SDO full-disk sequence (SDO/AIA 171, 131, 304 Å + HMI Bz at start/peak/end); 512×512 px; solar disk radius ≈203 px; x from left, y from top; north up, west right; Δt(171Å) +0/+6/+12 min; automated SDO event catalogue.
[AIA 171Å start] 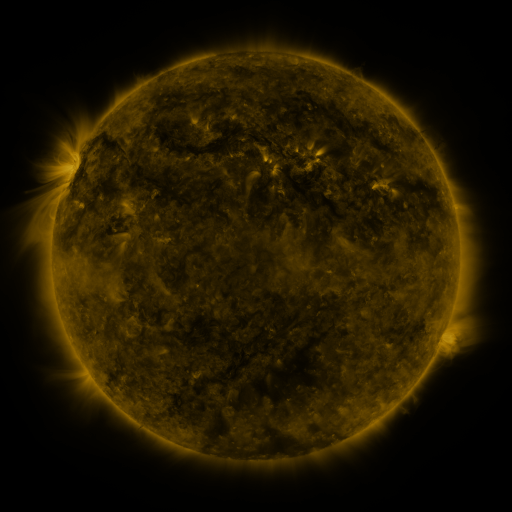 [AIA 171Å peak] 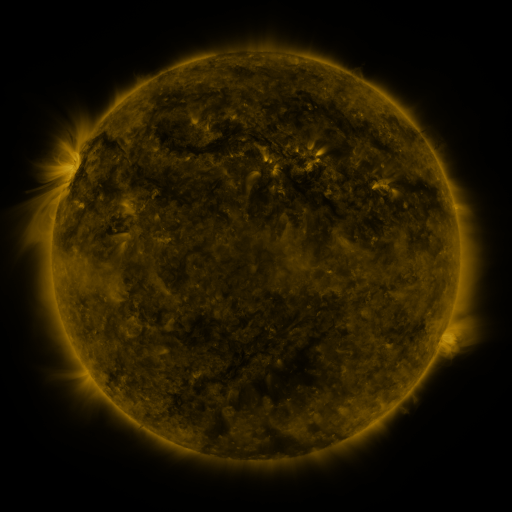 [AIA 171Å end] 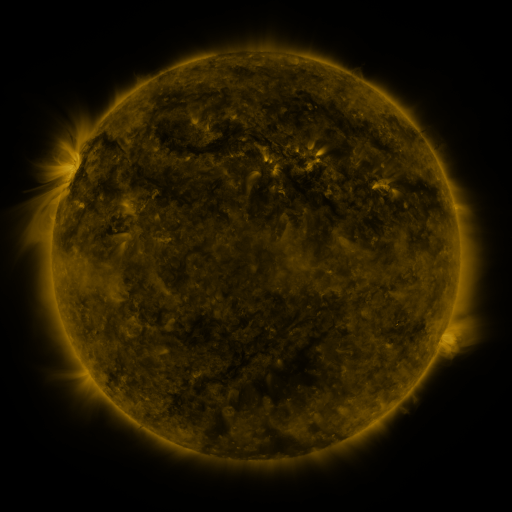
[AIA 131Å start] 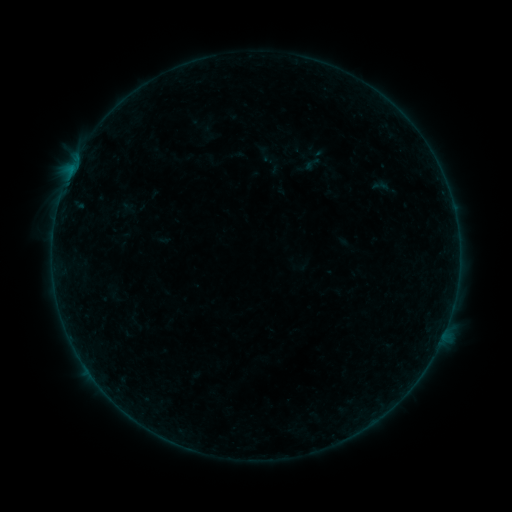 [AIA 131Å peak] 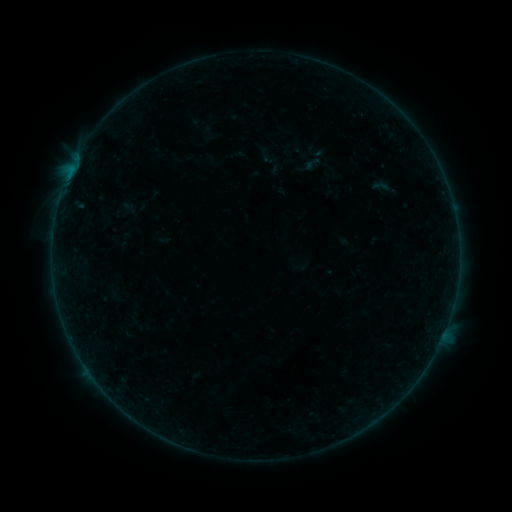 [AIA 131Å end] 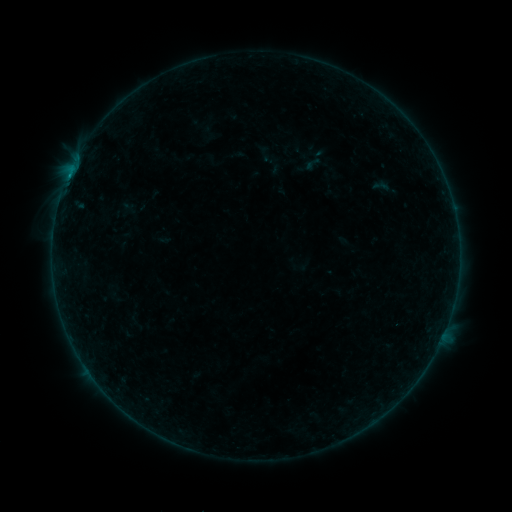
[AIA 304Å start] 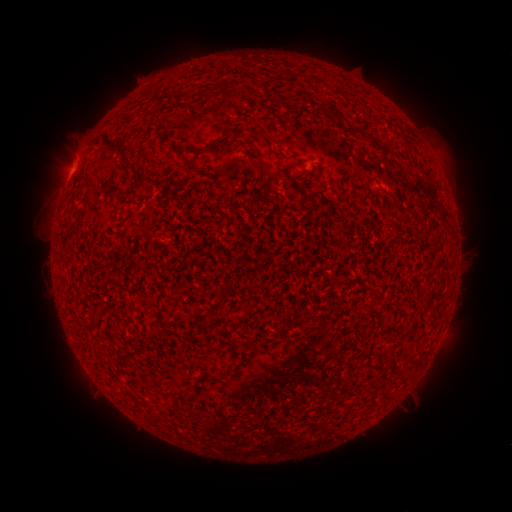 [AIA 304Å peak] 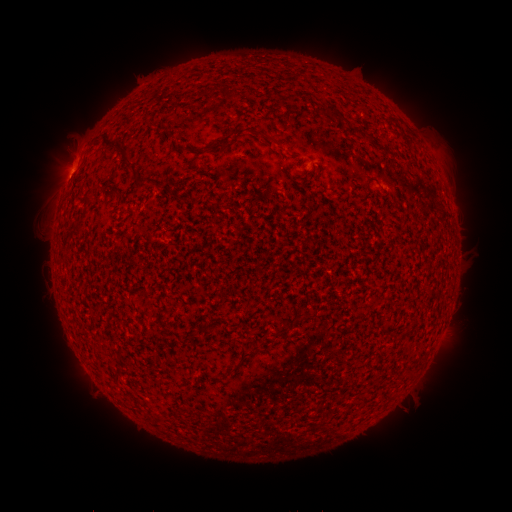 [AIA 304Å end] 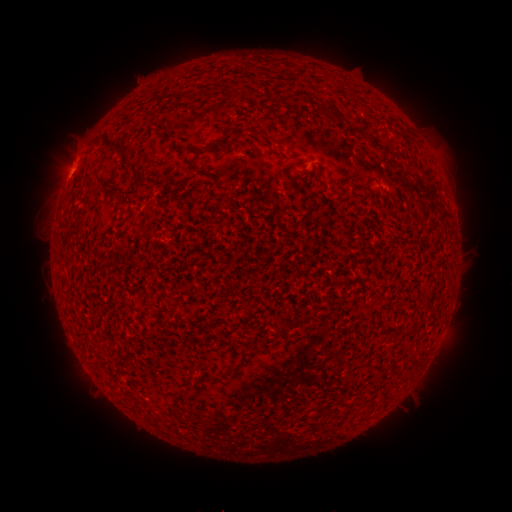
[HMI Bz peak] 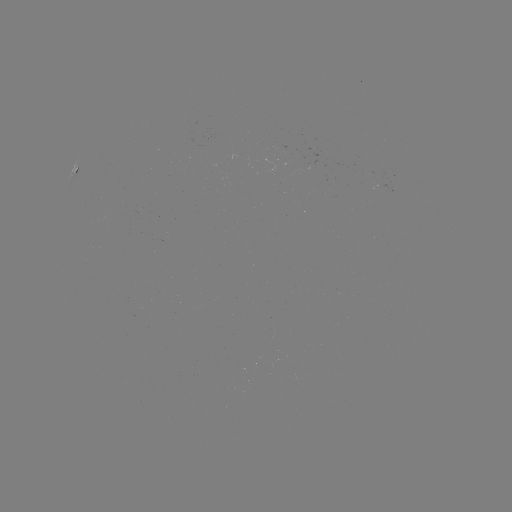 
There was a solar flare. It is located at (70, 177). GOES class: B2.7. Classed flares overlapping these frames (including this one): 1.